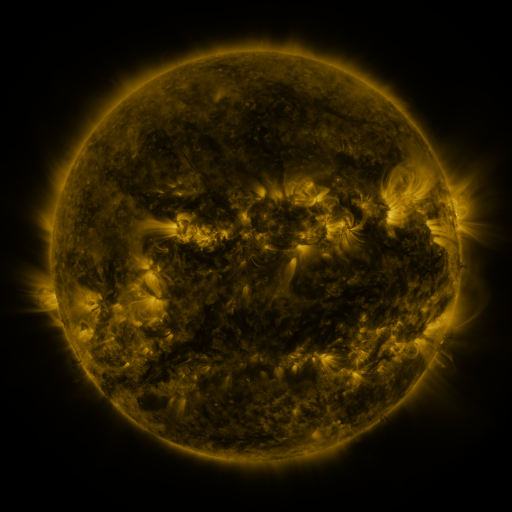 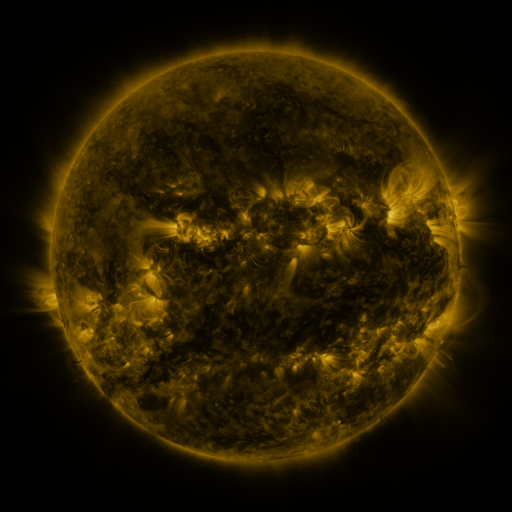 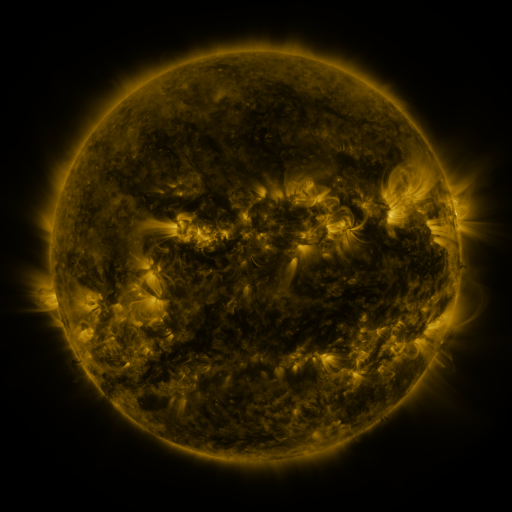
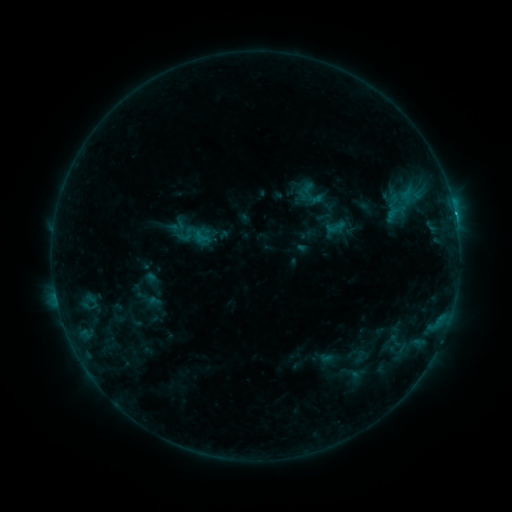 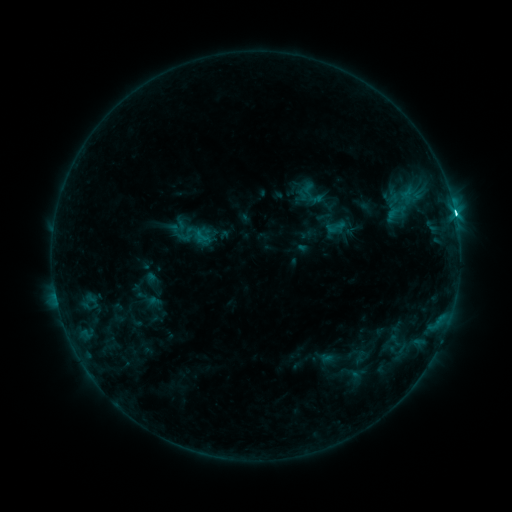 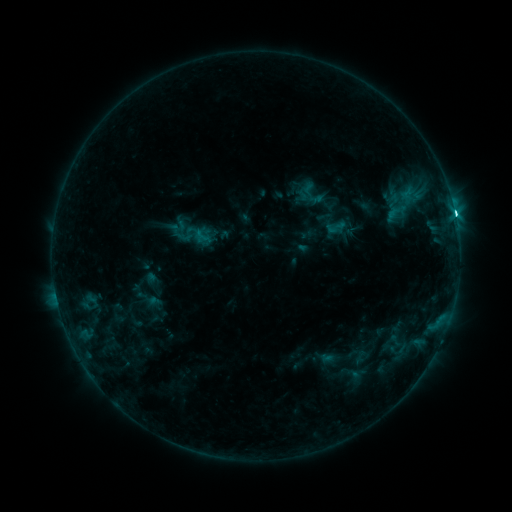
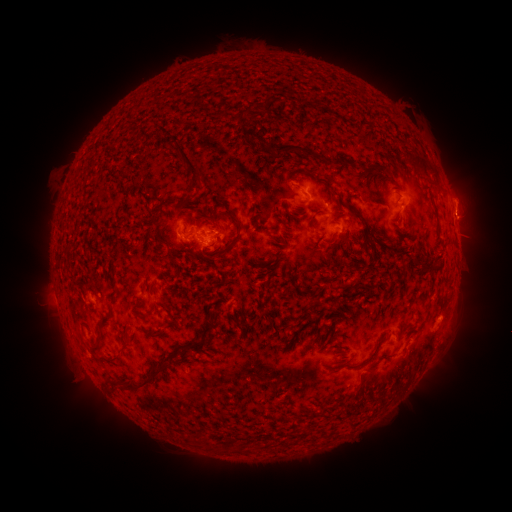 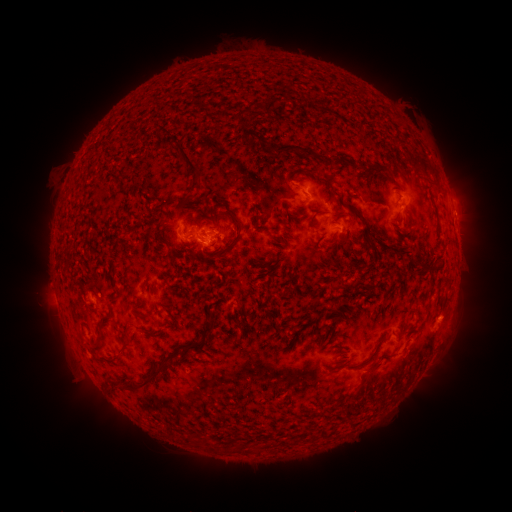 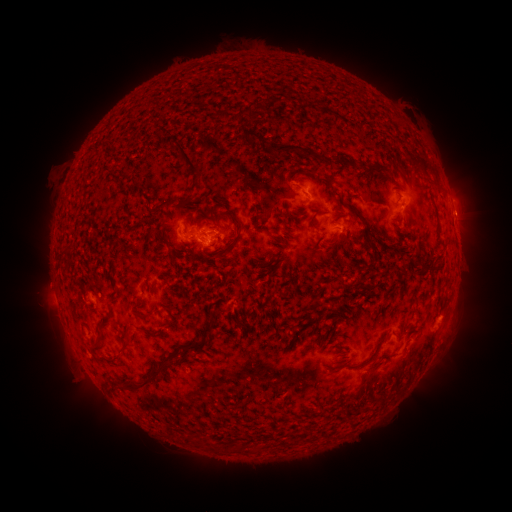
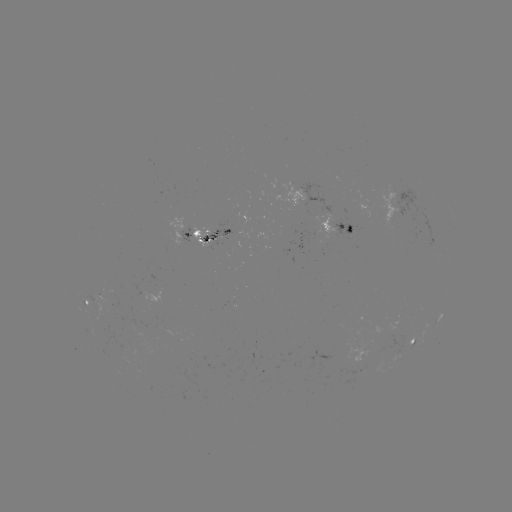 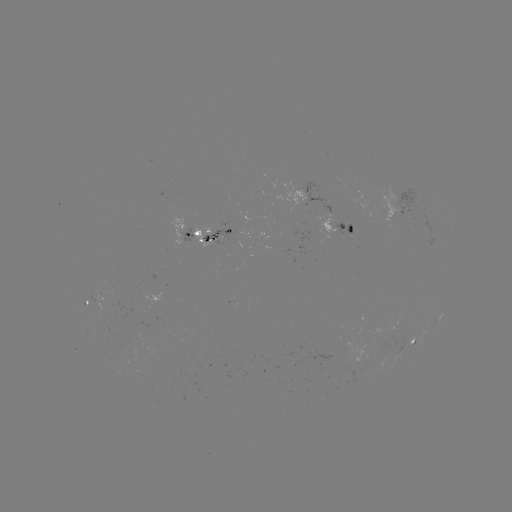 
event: flare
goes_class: C3.9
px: (454, 213)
